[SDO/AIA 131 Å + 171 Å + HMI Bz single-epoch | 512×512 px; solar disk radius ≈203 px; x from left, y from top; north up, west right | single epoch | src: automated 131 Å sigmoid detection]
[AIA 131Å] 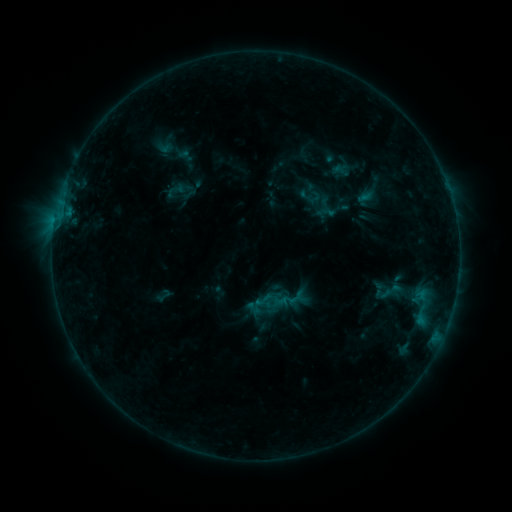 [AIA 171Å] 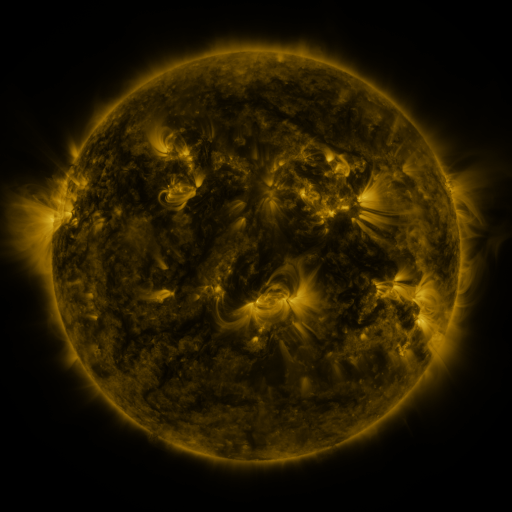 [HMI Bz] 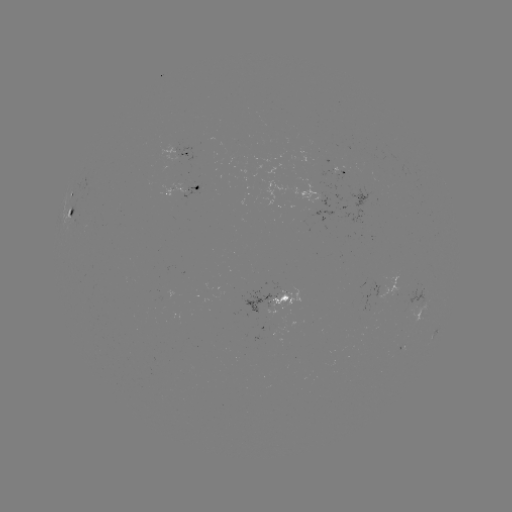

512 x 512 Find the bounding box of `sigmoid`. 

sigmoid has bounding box [253, 289, 274, 310].